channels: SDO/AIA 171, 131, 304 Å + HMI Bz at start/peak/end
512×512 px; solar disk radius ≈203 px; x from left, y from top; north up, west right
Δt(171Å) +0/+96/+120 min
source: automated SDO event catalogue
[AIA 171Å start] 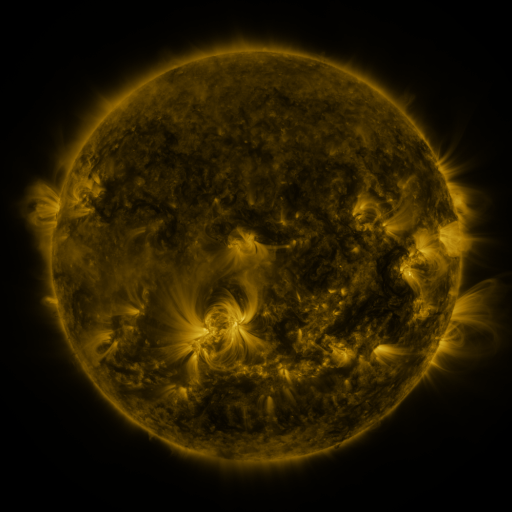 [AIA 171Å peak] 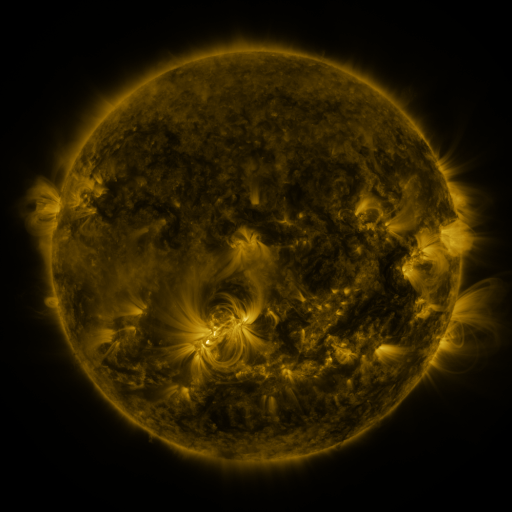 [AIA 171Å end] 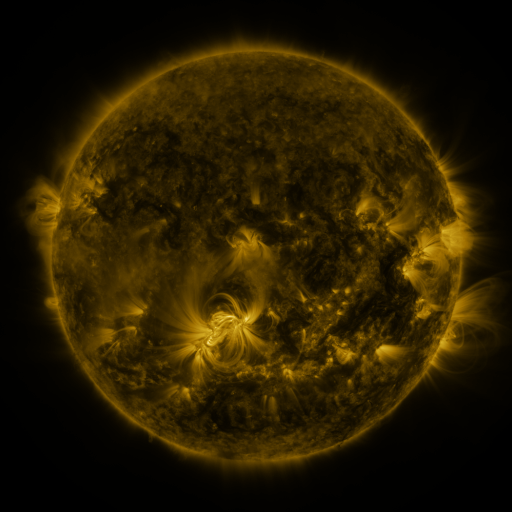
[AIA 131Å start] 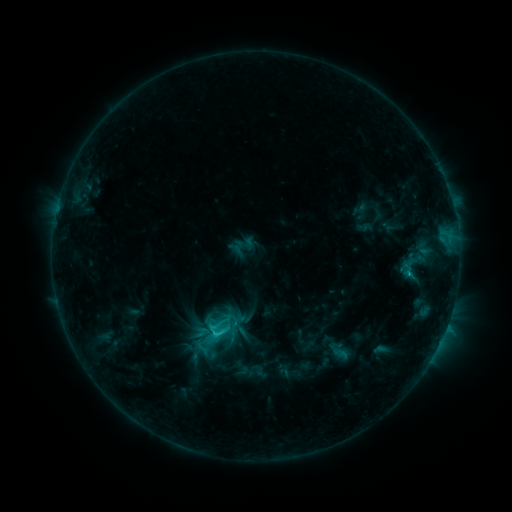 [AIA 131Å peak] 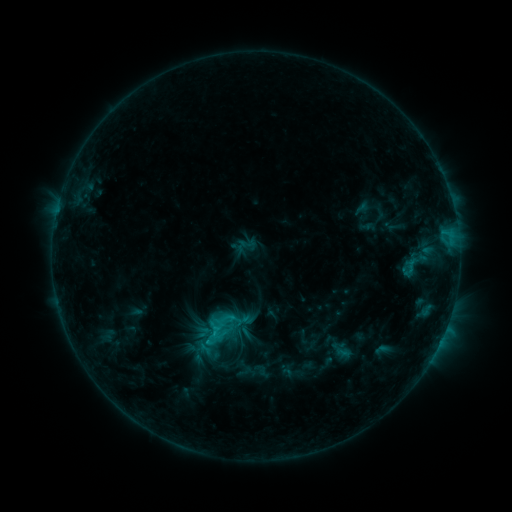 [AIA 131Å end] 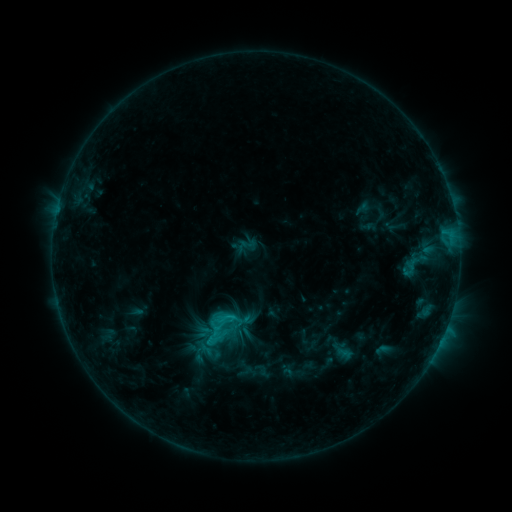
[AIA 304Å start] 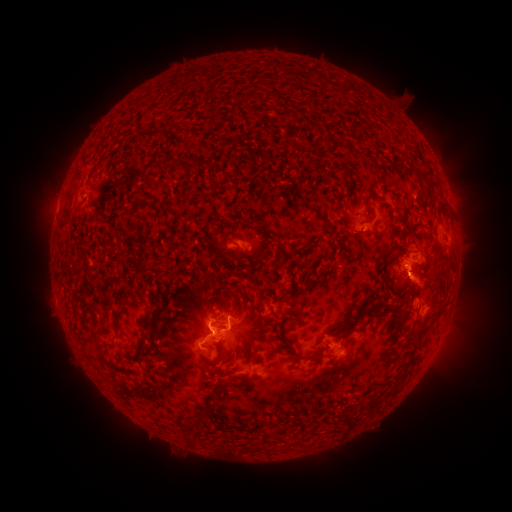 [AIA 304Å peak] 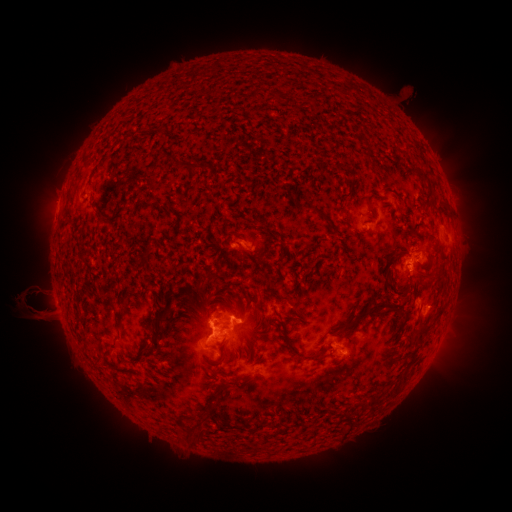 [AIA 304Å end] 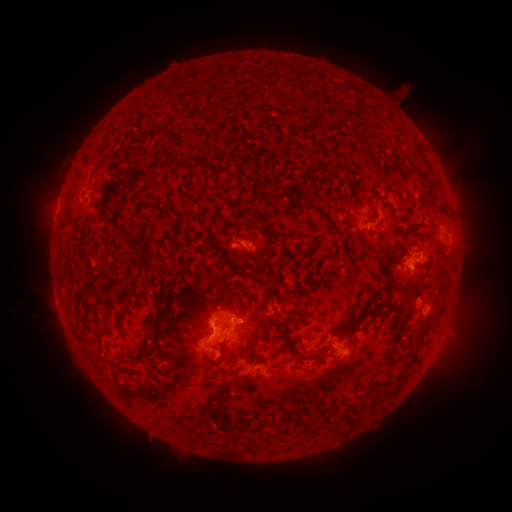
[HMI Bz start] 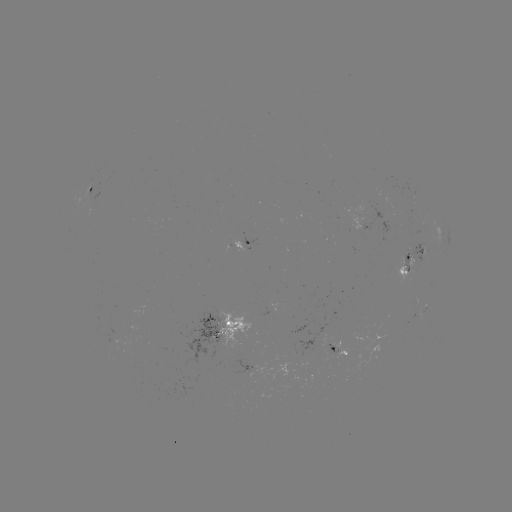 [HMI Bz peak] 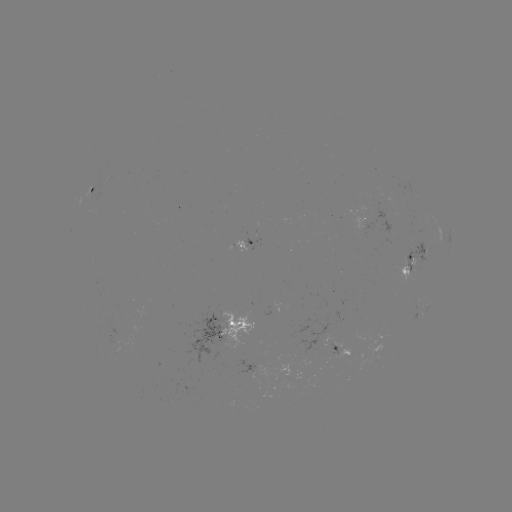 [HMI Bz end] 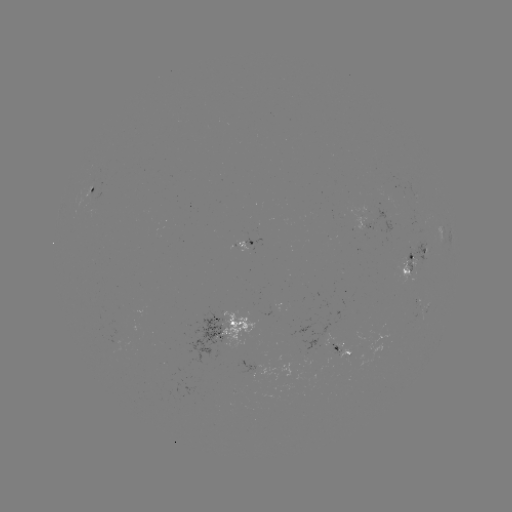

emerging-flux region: (337, 349, 349, 359)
